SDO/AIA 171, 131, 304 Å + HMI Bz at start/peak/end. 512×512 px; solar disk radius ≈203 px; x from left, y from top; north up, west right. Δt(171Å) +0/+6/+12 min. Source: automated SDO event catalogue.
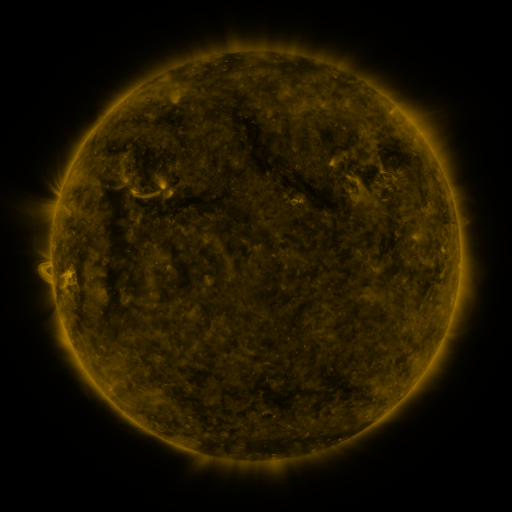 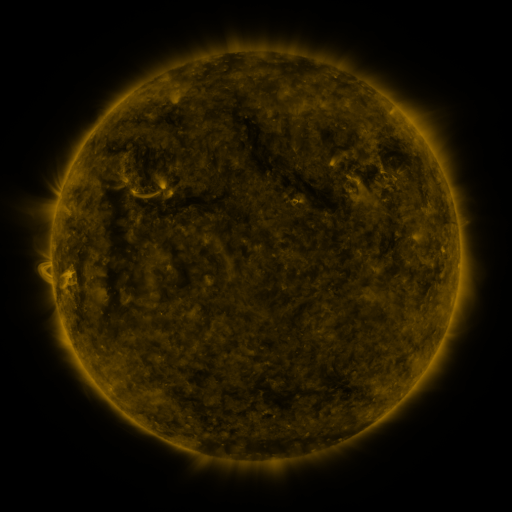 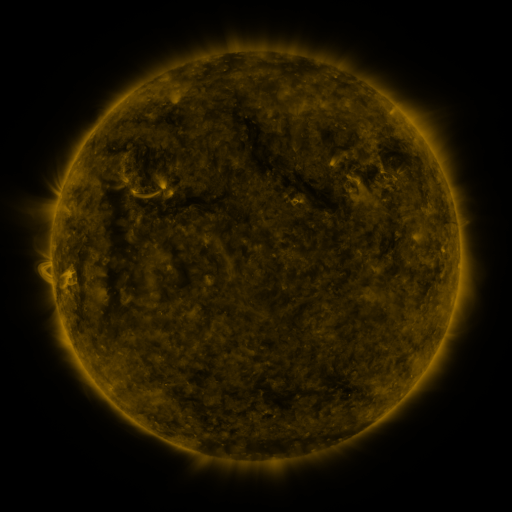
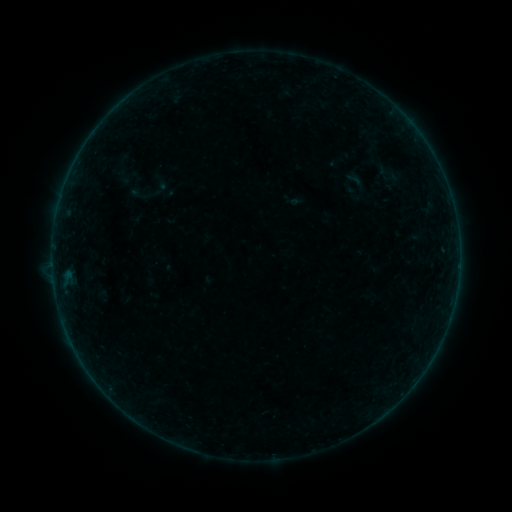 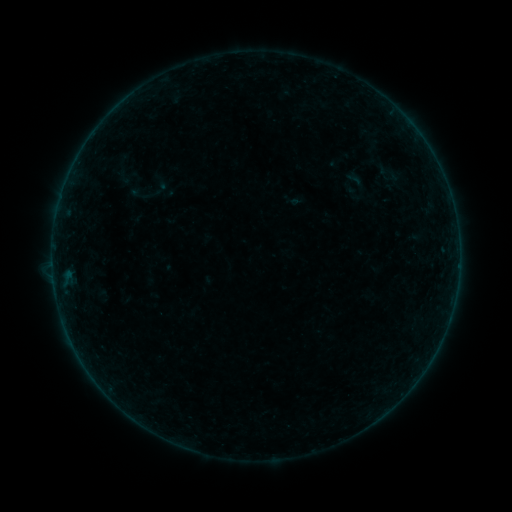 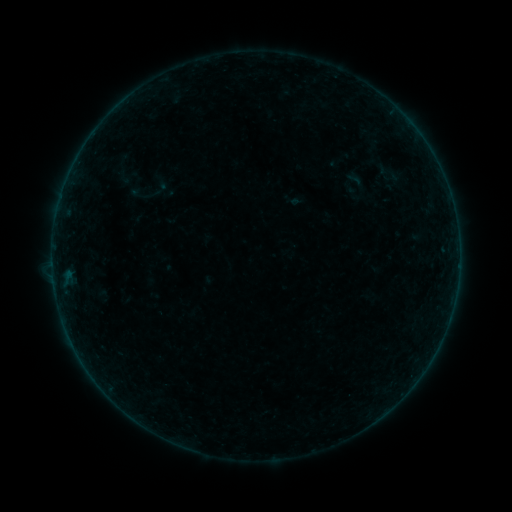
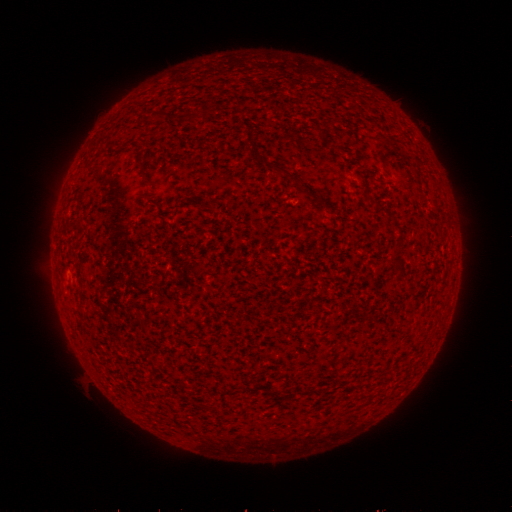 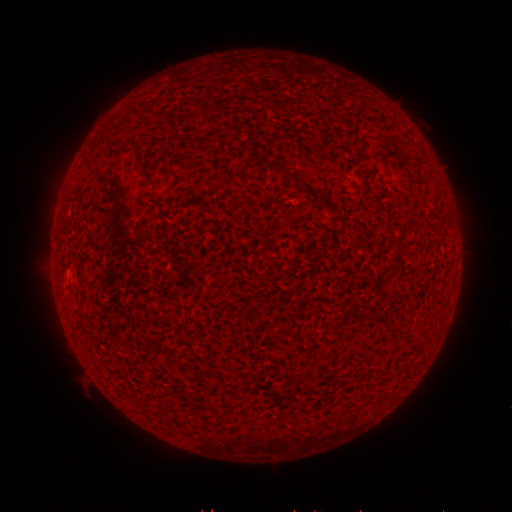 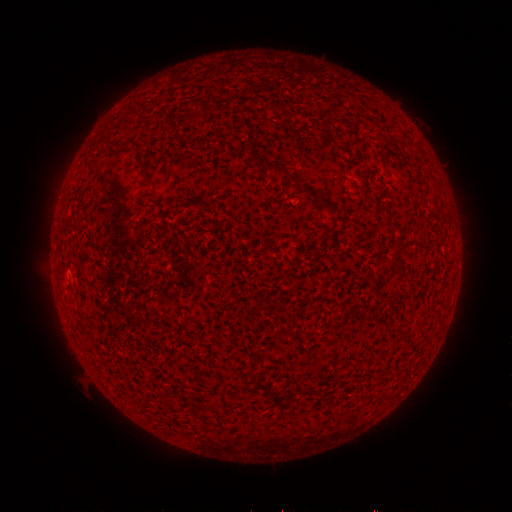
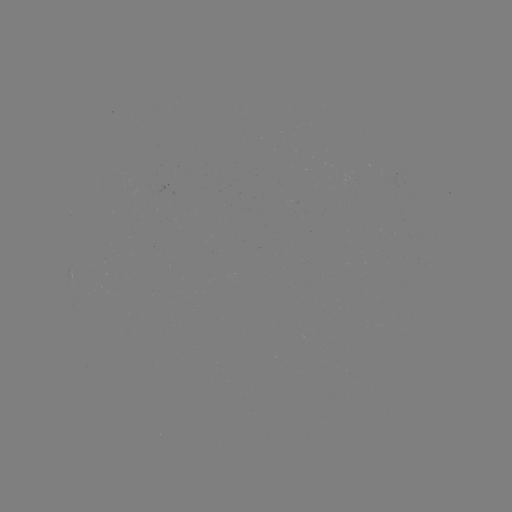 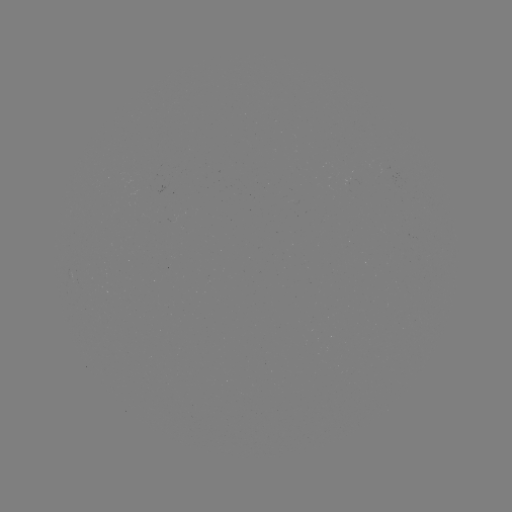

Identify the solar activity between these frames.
no flare in any classed list; no EUV-trigger detection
